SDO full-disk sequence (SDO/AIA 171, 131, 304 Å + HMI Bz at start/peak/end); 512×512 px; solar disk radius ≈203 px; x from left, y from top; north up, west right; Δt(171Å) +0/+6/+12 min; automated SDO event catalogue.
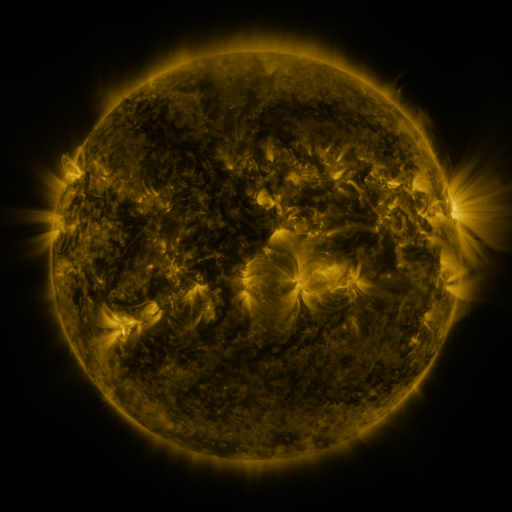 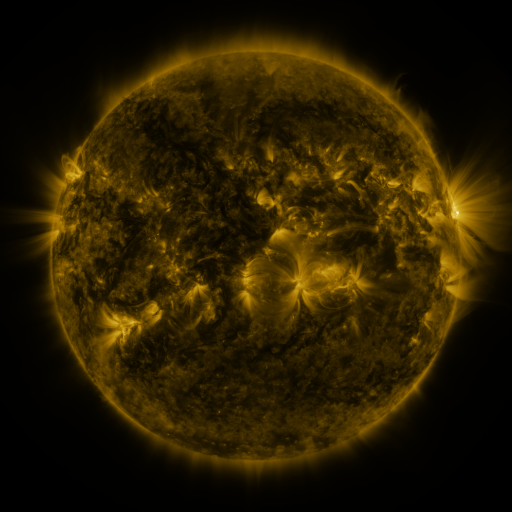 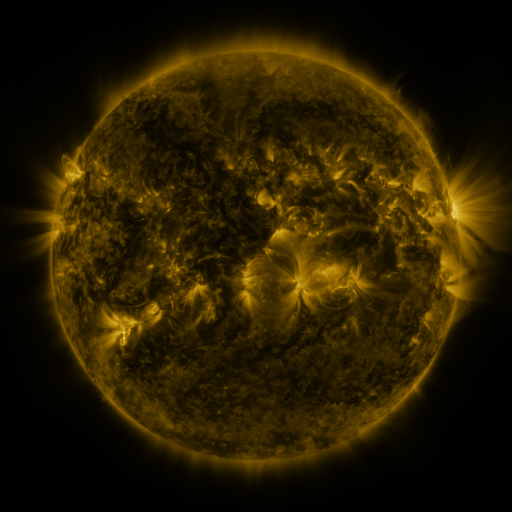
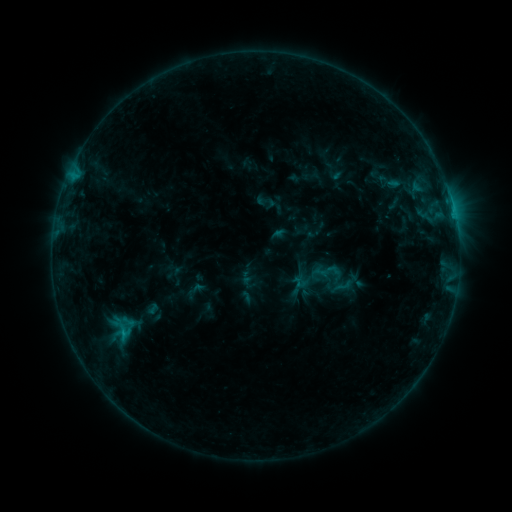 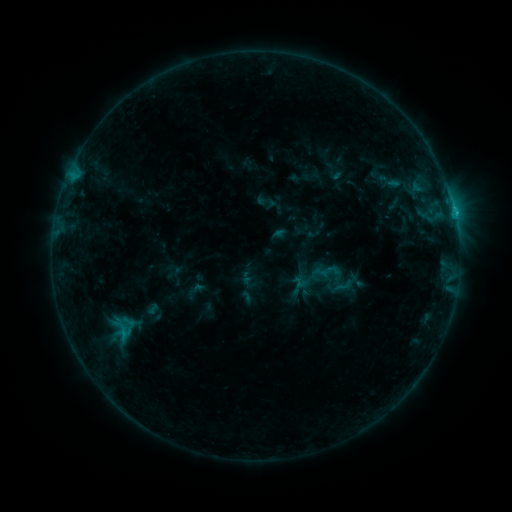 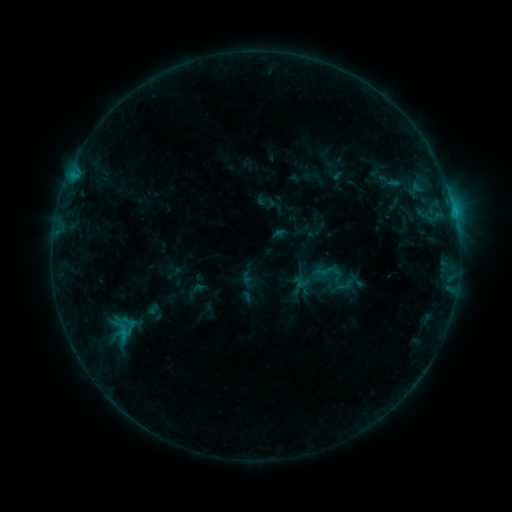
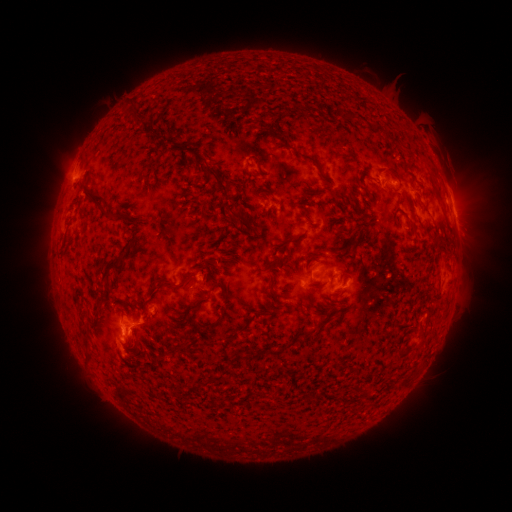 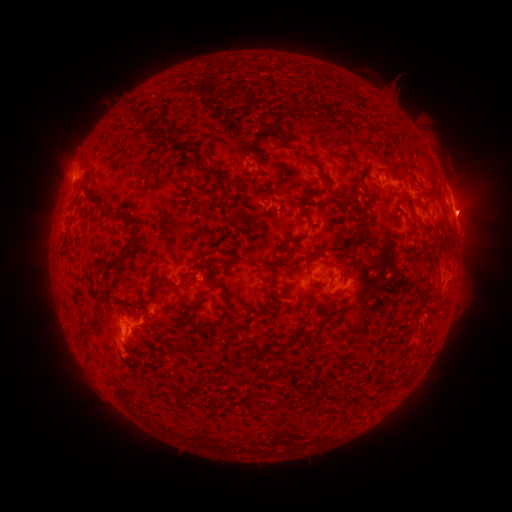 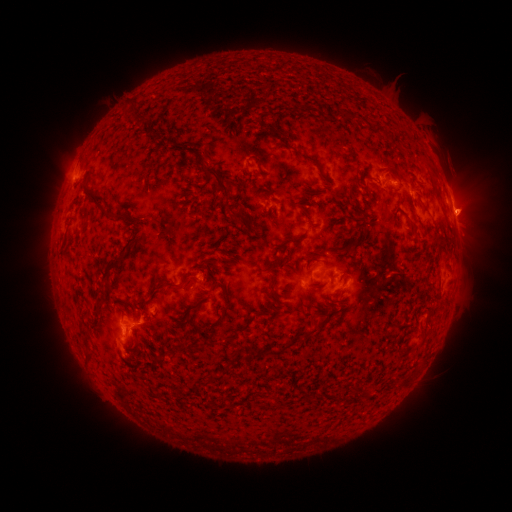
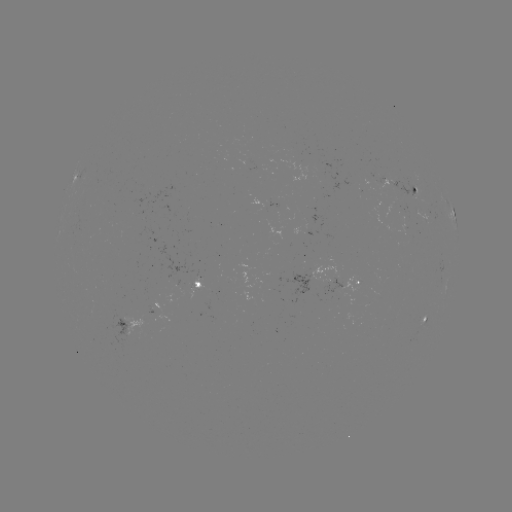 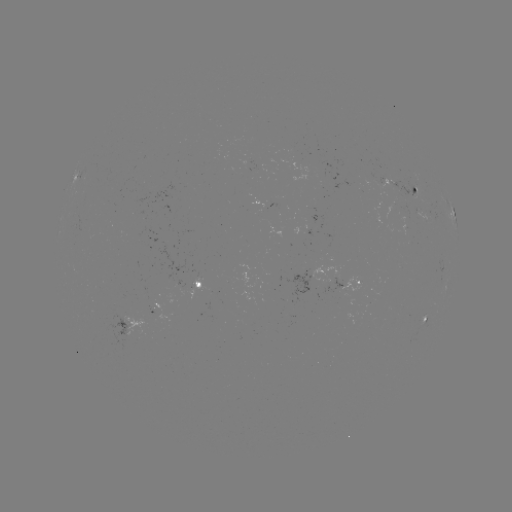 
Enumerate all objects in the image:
C1.1 flare: (451, 212)
